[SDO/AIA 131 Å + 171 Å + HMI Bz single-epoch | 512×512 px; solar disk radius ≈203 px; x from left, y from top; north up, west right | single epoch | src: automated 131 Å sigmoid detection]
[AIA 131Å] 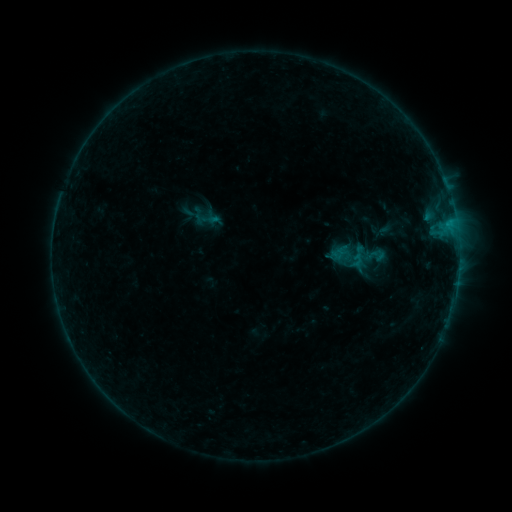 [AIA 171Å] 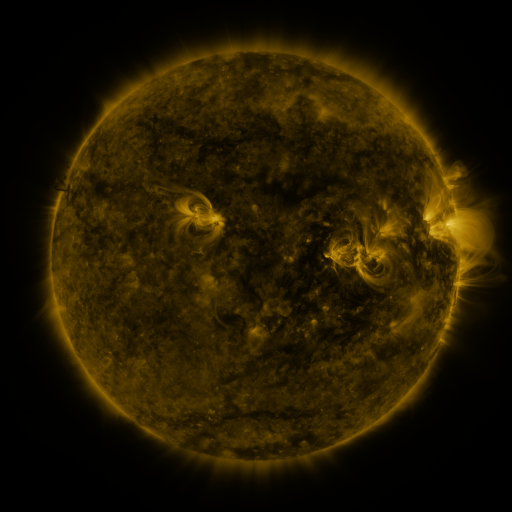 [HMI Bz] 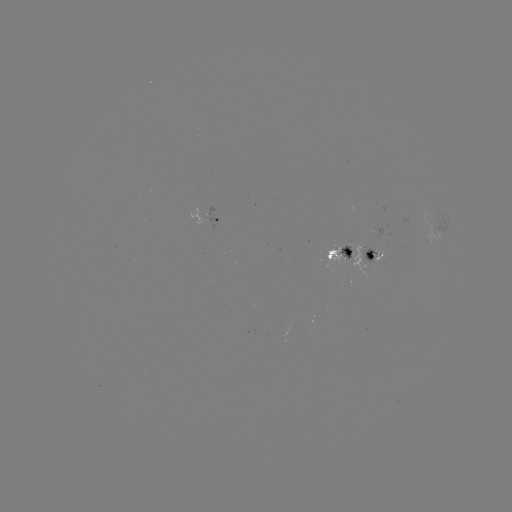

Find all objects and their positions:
sigmoid: (352, 256)
